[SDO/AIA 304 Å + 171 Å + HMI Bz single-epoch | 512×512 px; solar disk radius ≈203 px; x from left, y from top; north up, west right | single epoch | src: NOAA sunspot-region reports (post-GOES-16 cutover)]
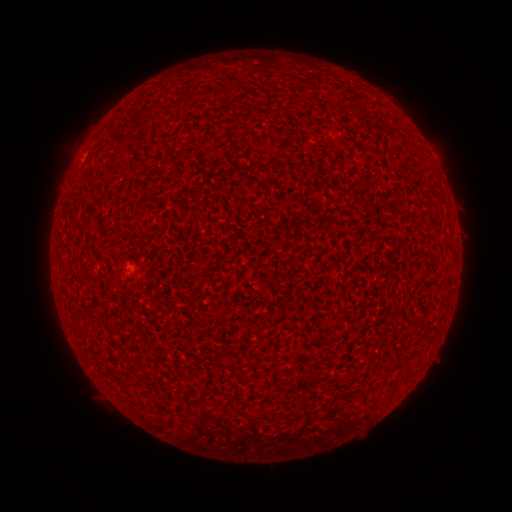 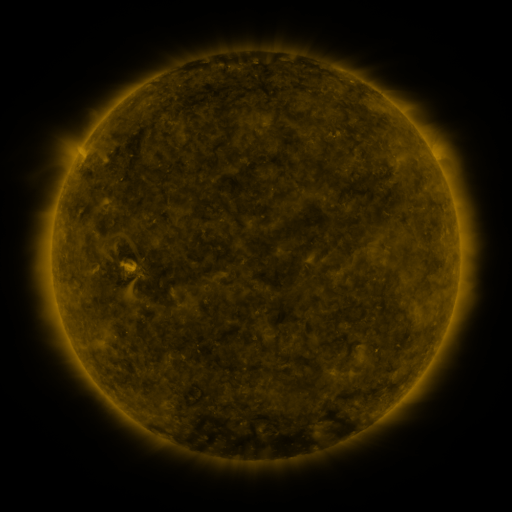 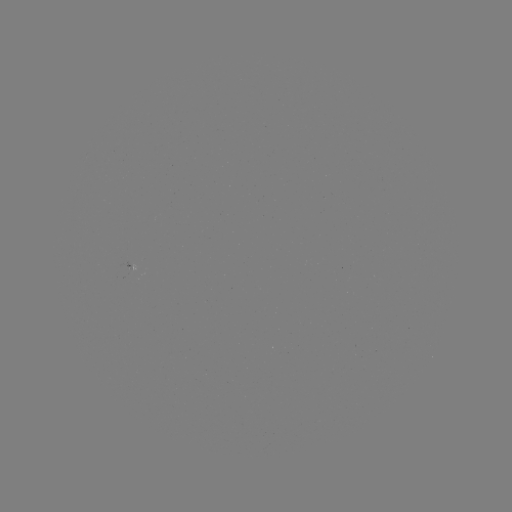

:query spotted active region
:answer (134, 267)